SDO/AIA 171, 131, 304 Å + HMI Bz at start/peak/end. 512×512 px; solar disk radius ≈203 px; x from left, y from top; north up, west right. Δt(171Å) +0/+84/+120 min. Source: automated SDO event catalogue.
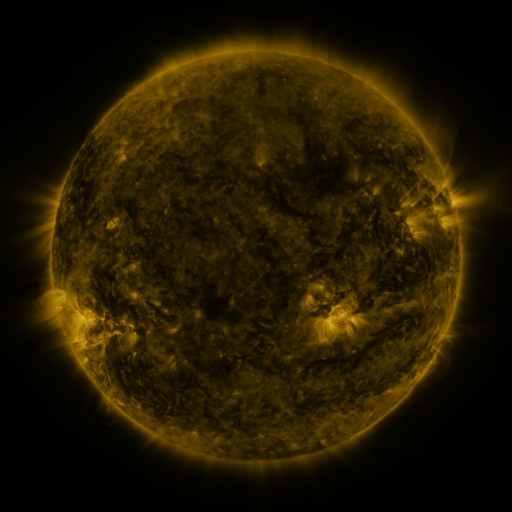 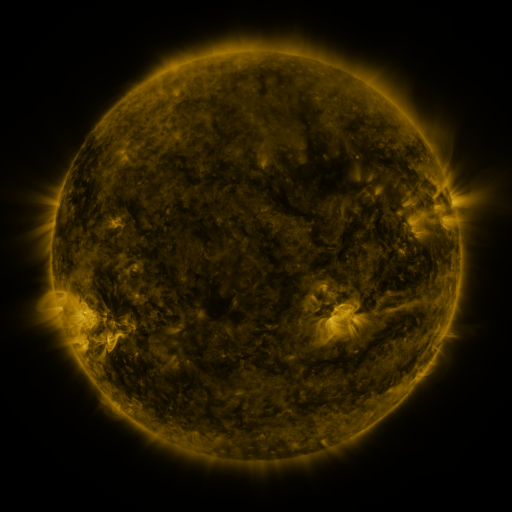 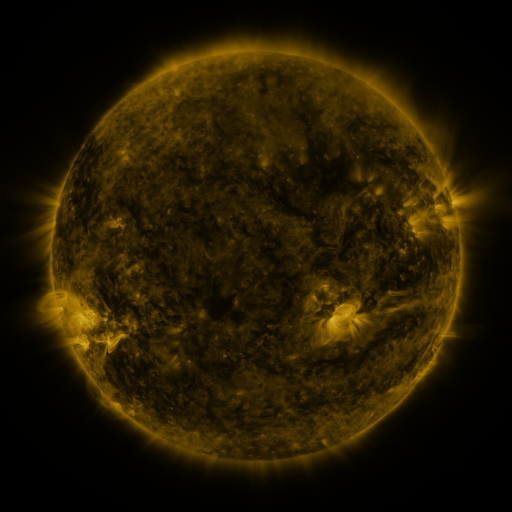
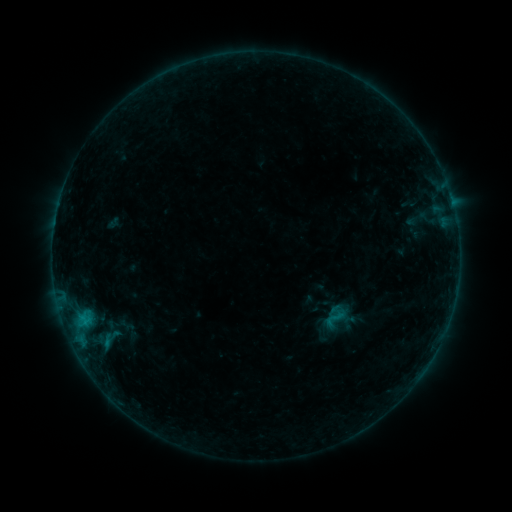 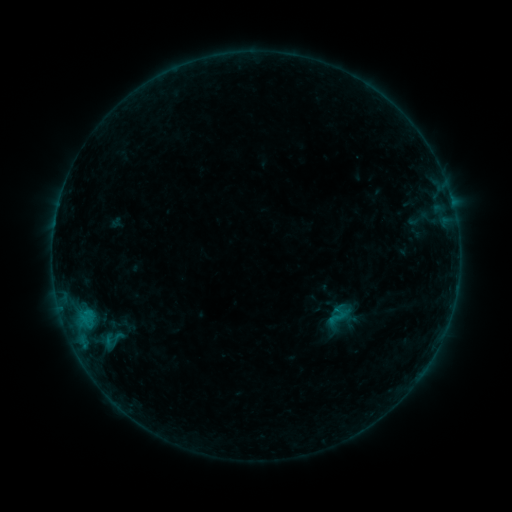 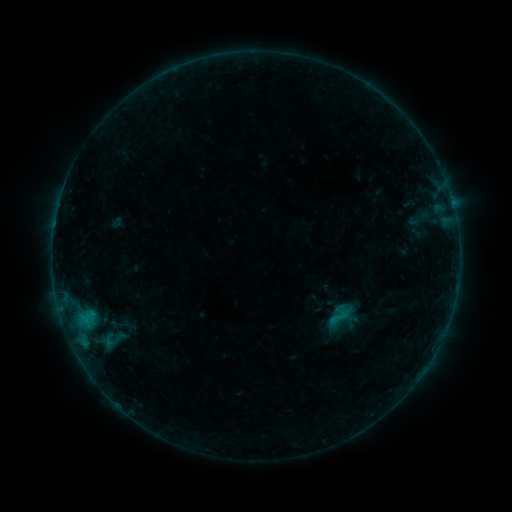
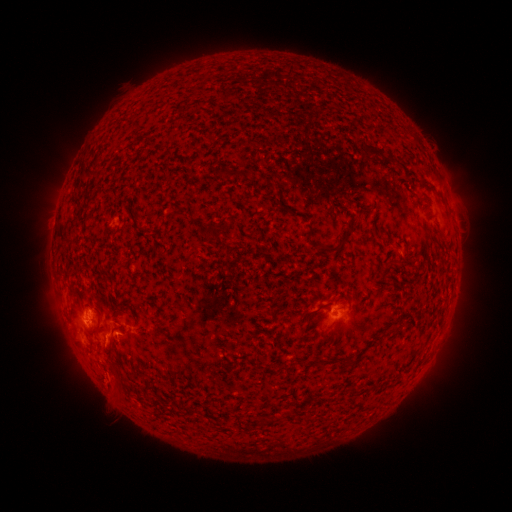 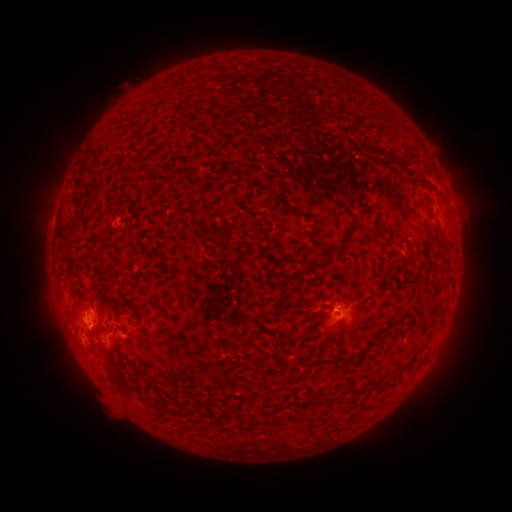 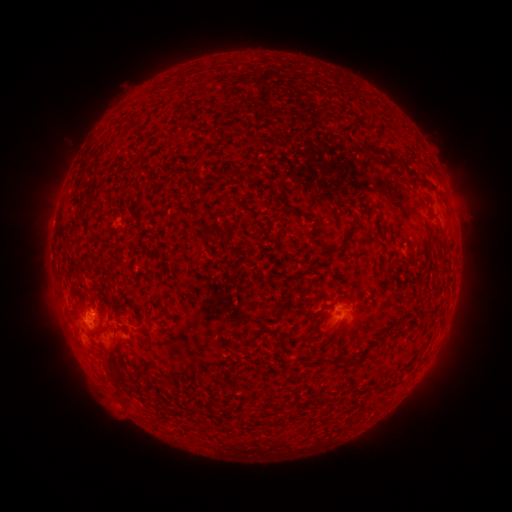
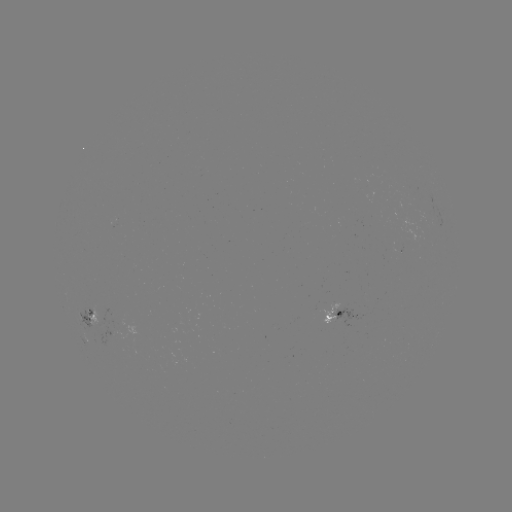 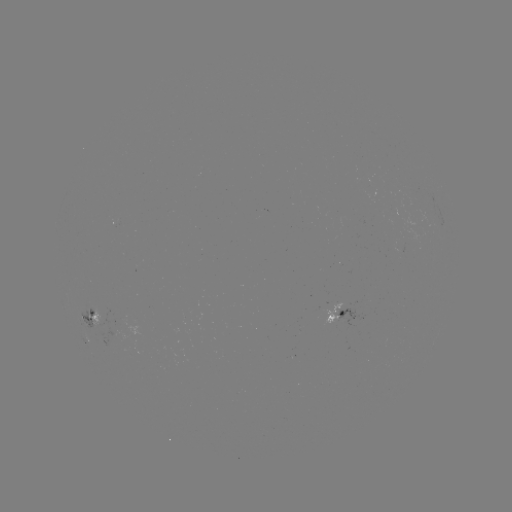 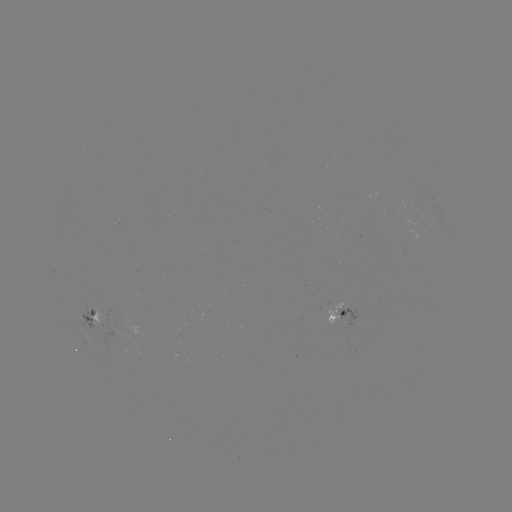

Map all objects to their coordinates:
emerging-flux region: (392, 248)
